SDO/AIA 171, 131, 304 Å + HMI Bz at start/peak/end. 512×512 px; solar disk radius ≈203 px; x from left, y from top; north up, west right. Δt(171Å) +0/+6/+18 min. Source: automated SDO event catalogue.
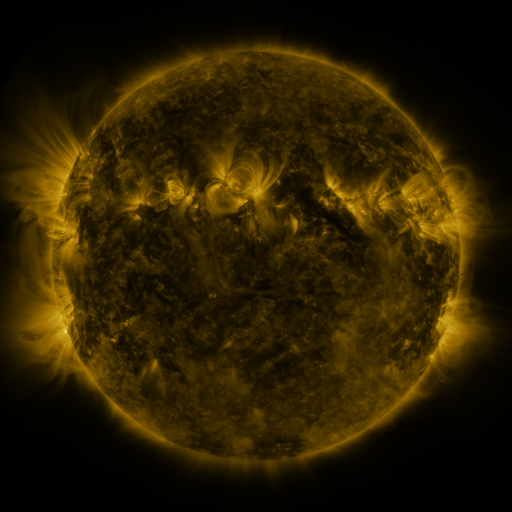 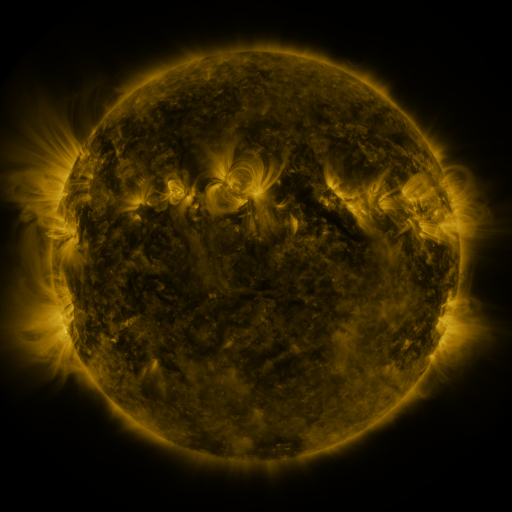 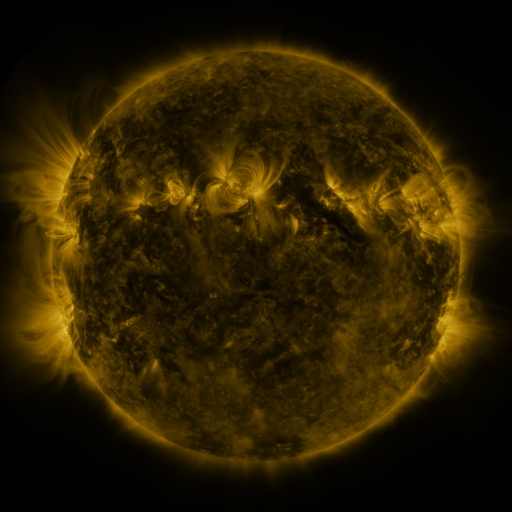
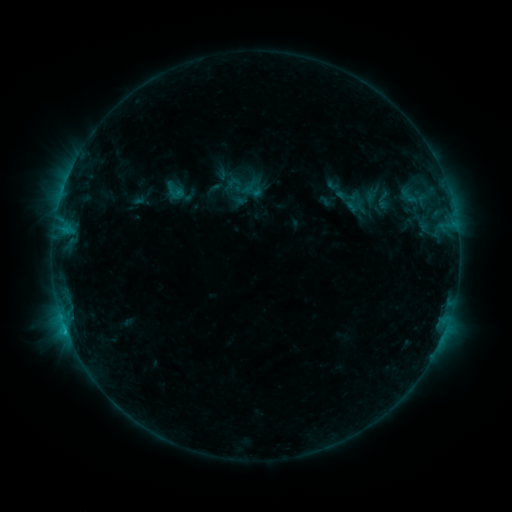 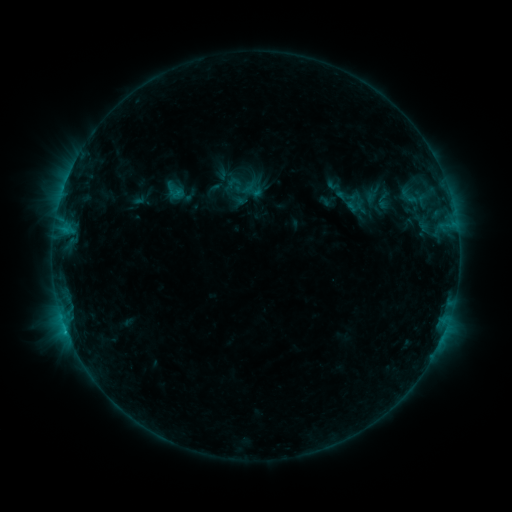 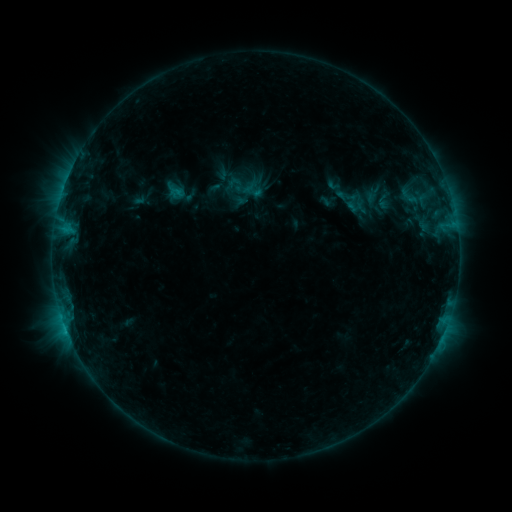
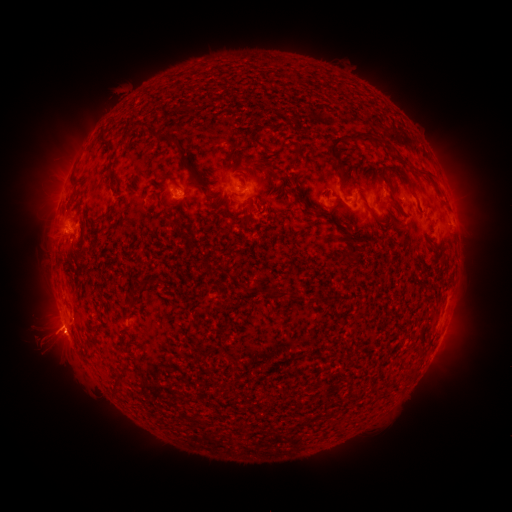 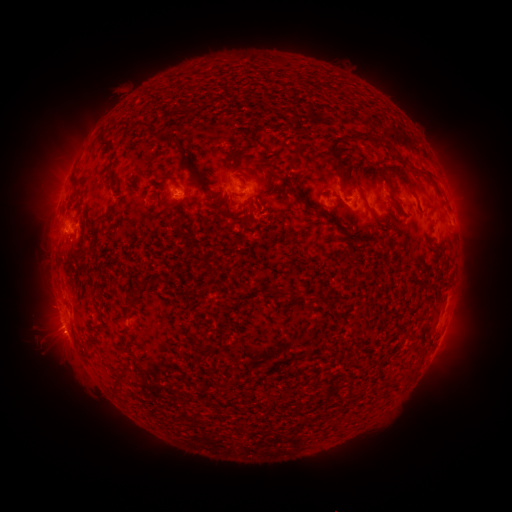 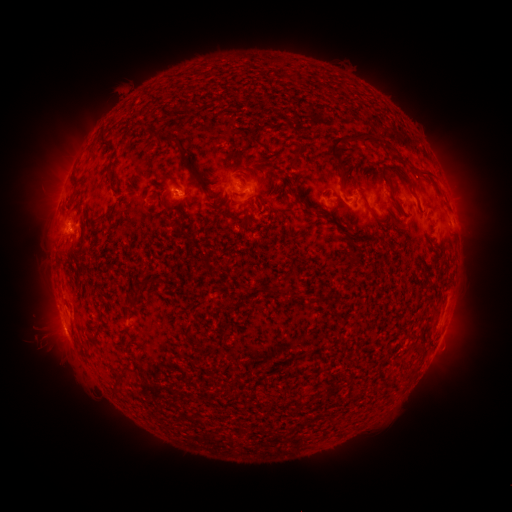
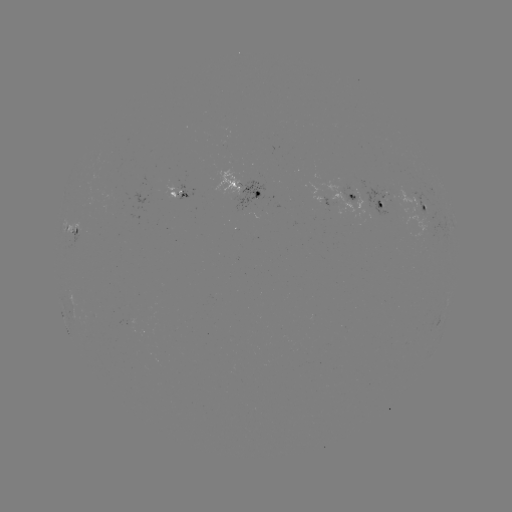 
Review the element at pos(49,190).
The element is eruption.